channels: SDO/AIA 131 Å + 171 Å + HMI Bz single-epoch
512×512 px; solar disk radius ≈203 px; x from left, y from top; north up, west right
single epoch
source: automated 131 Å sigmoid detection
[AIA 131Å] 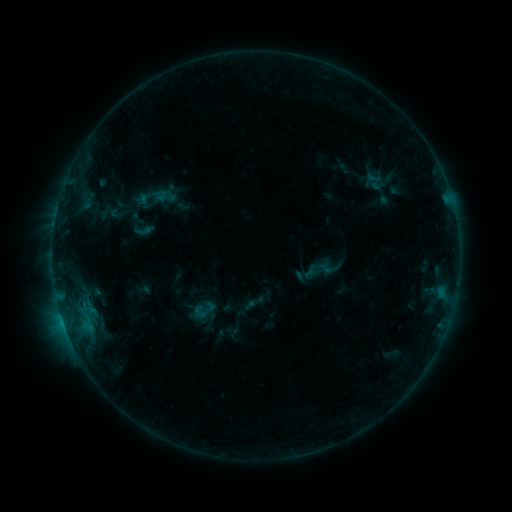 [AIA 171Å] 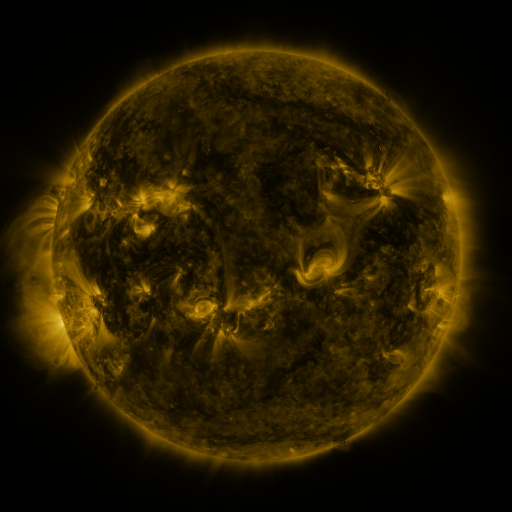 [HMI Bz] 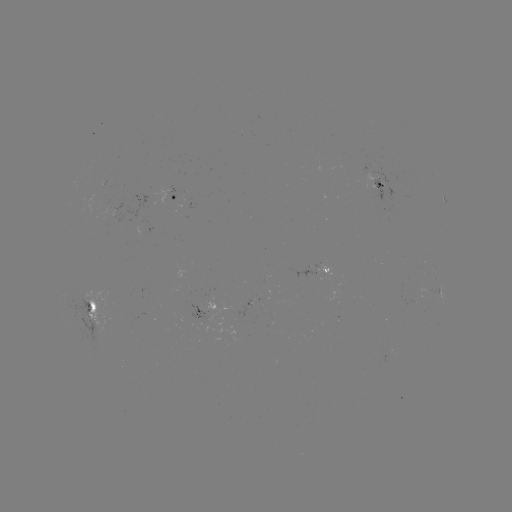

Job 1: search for sigmoid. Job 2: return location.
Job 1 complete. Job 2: (144, 230).